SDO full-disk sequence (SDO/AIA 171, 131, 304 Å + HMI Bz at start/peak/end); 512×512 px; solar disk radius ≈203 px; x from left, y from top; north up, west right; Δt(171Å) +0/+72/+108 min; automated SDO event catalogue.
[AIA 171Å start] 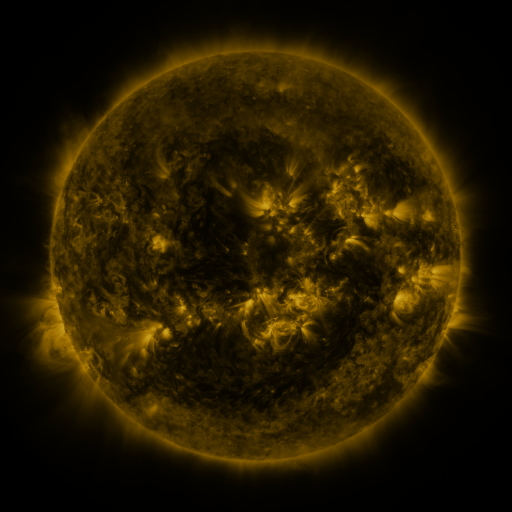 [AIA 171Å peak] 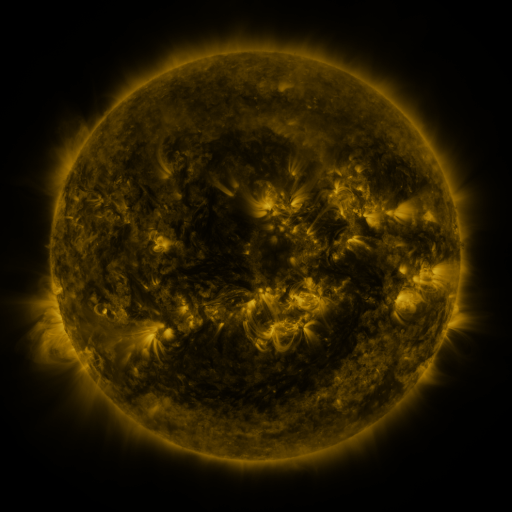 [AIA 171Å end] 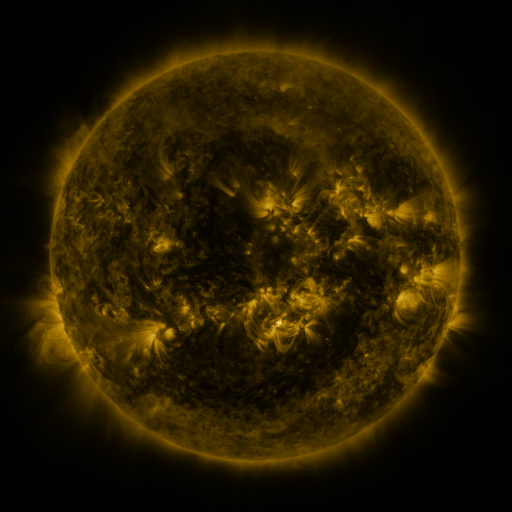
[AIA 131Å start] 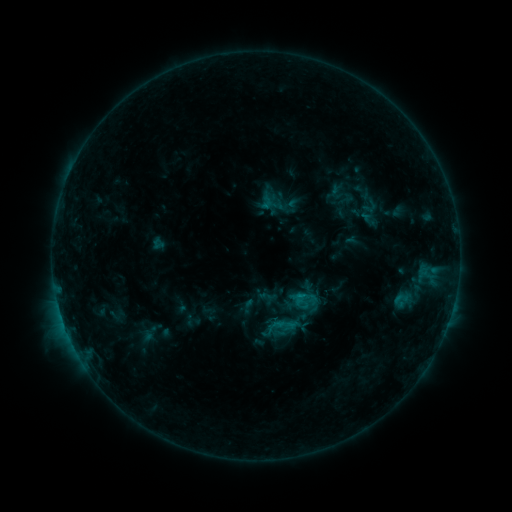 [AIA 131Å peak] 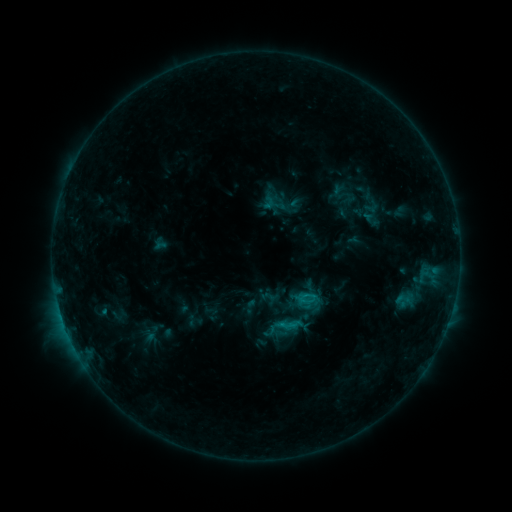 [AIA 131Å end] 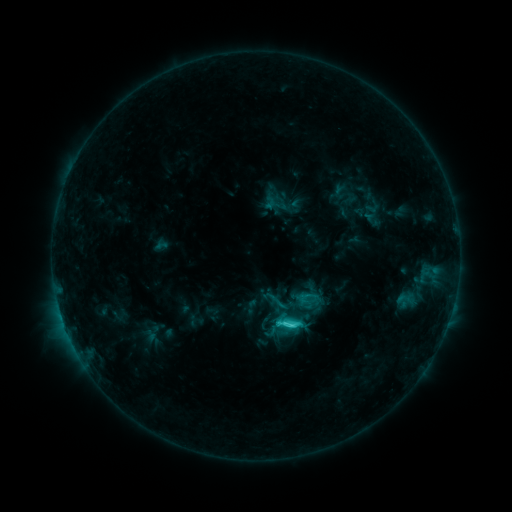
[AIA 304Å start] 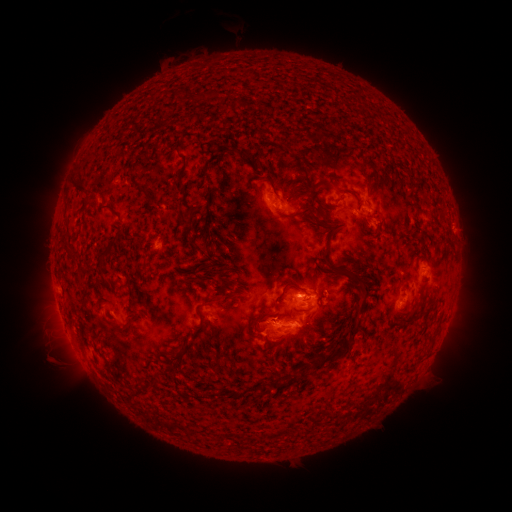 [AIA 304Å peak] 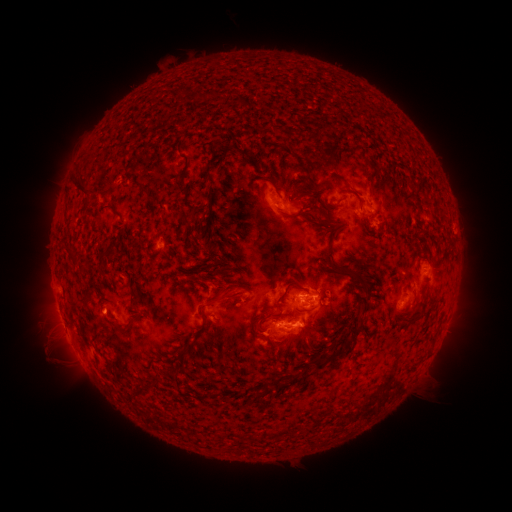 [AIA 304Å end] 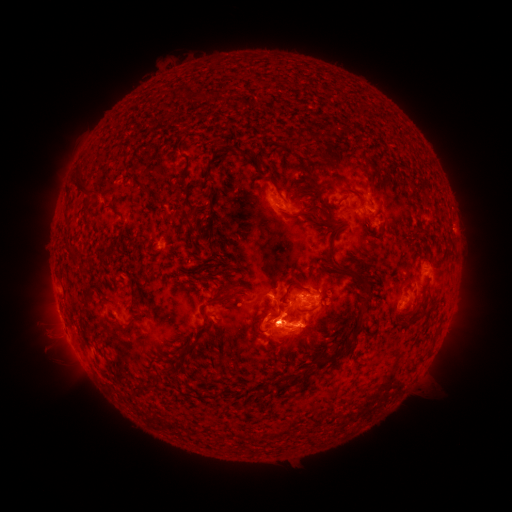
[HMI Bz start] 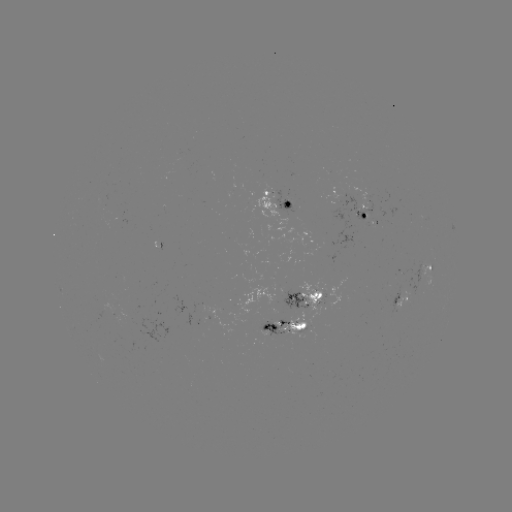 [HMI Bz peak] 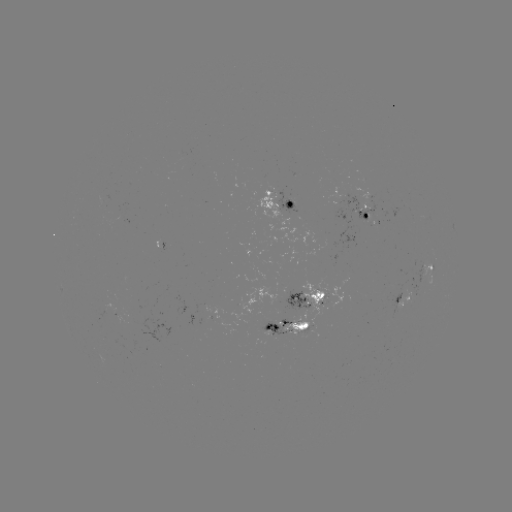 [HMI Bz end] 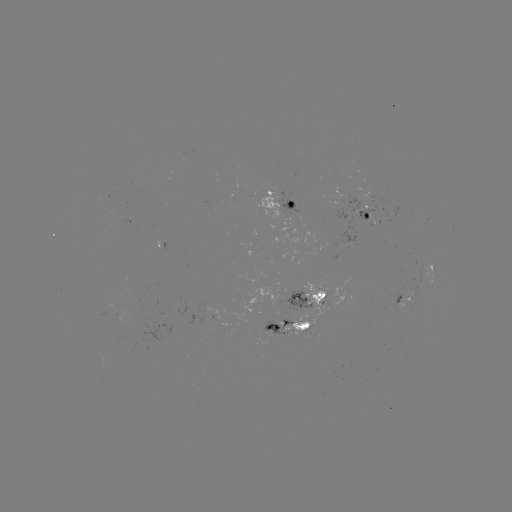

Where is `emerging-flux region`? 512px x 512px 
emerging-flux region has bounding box [273, 308, 284, 314].